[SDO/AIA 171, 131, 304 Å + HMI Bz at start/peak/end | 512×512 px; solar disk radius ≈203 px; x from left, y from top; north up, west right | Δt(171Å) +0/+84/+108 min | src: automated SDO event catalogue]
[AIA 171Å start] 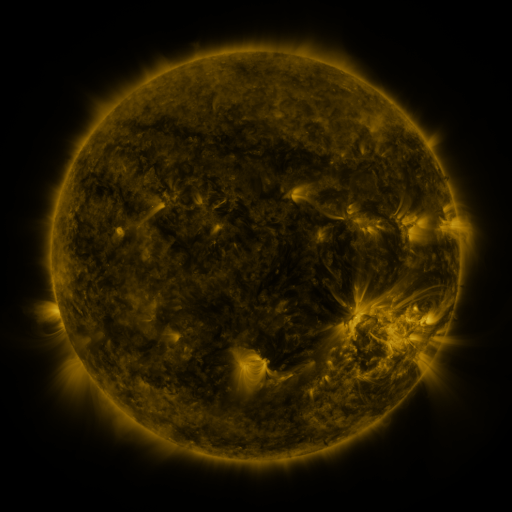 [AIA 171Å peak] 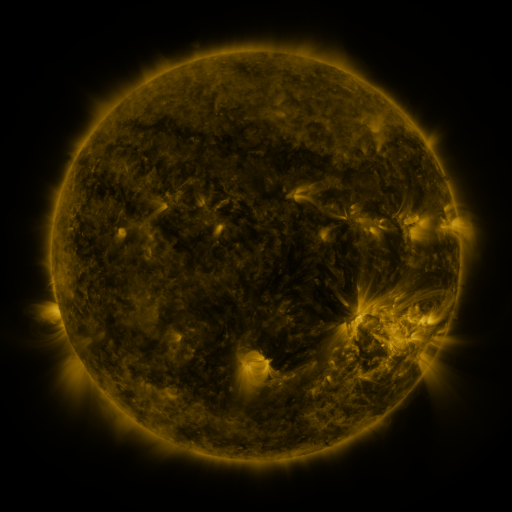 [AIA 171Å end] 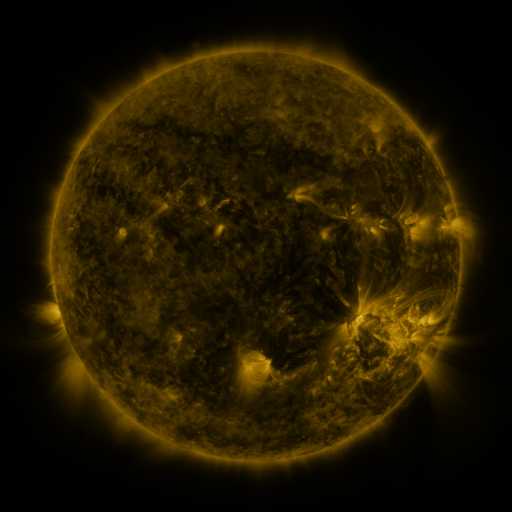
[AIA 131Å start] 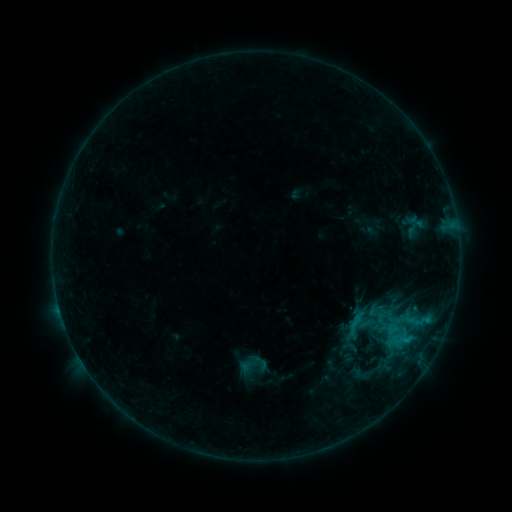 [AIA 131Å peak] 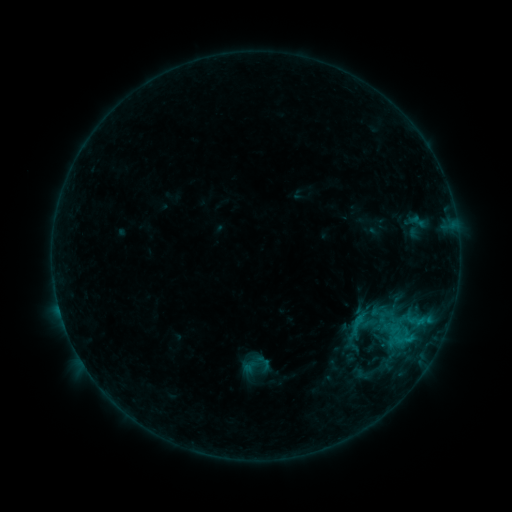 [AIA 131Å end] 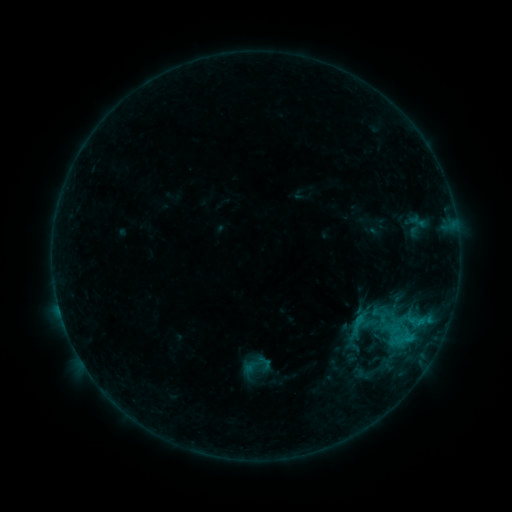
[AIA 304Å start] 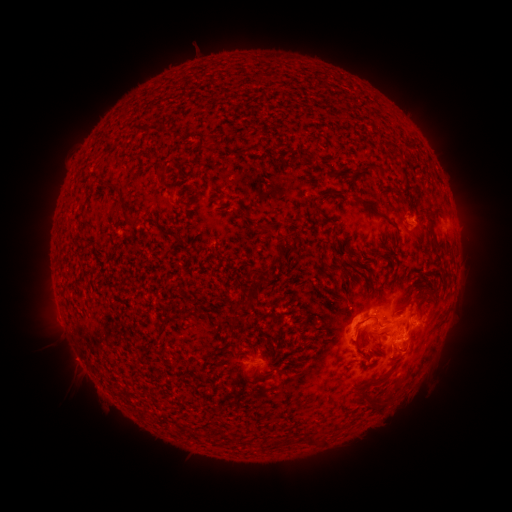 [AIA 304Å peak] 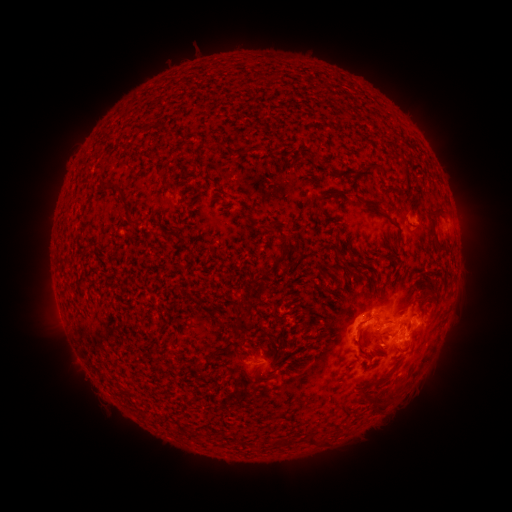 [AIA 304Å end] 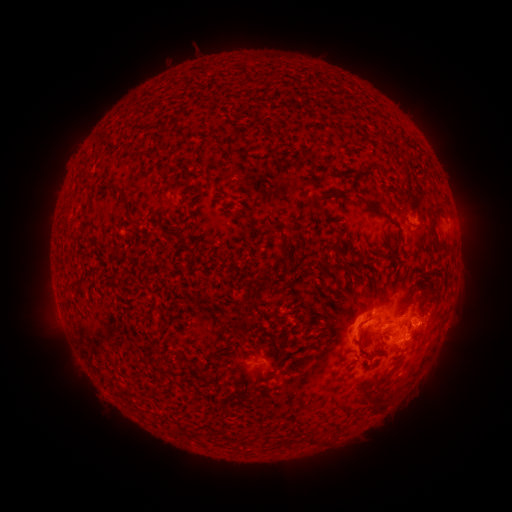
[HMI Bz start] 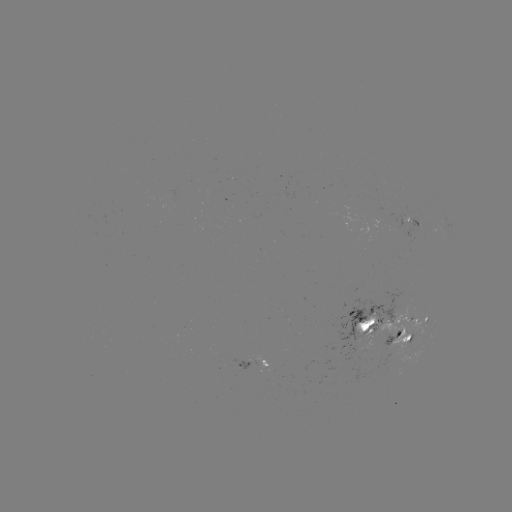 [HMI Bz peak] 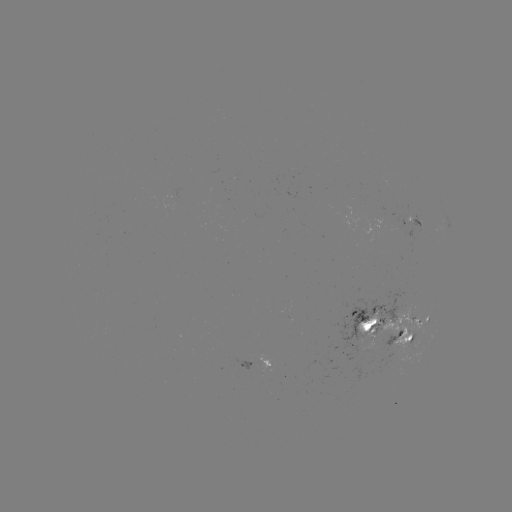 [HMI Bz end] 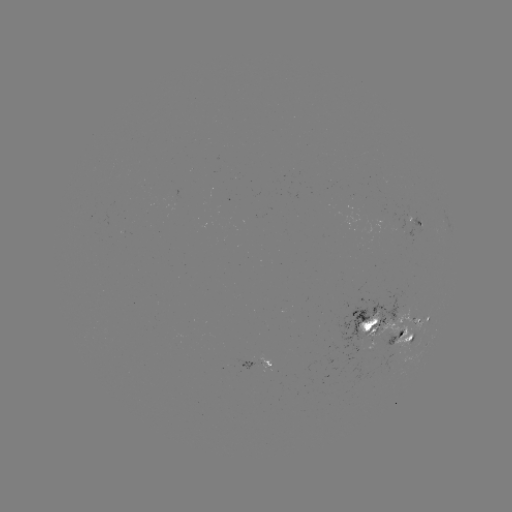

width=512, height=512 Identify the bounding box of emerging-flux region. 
[374, 330, 401, 351].